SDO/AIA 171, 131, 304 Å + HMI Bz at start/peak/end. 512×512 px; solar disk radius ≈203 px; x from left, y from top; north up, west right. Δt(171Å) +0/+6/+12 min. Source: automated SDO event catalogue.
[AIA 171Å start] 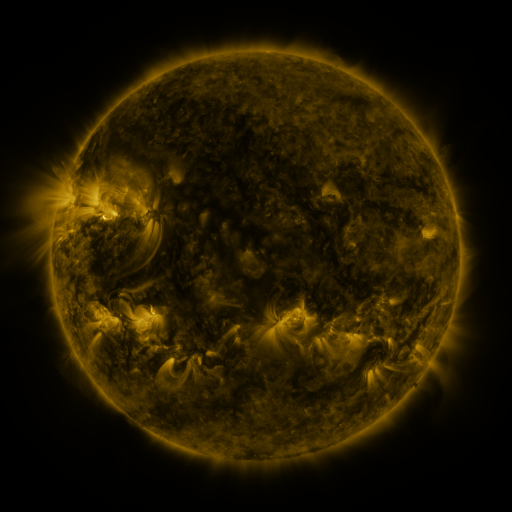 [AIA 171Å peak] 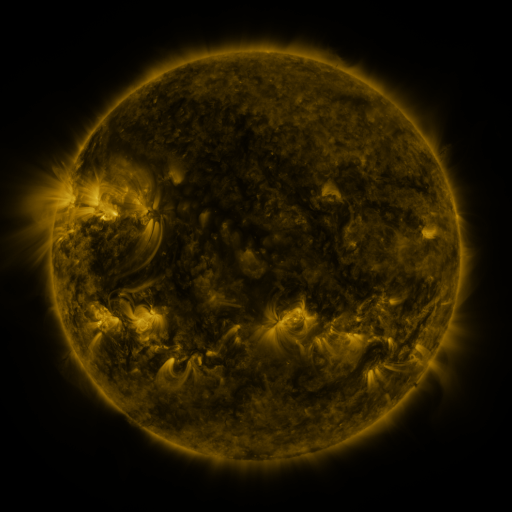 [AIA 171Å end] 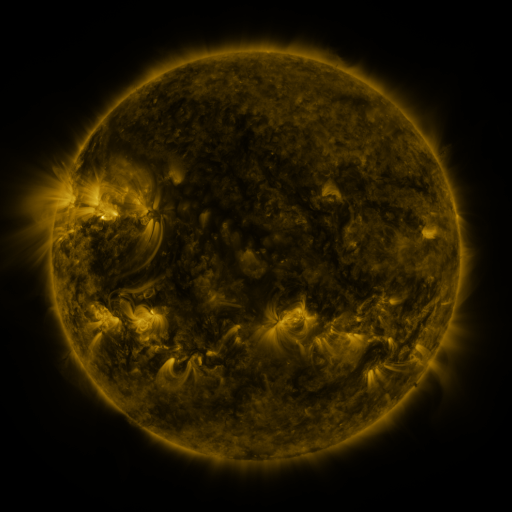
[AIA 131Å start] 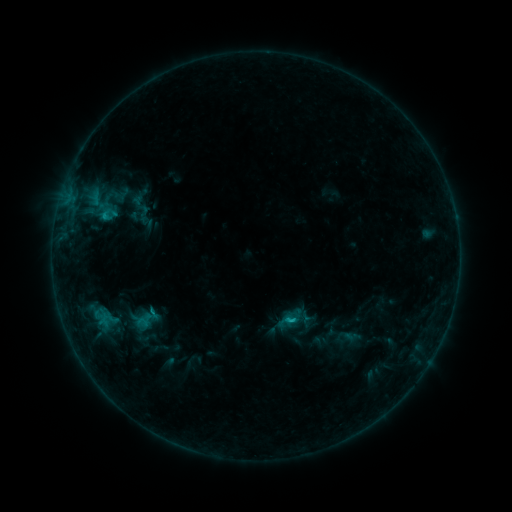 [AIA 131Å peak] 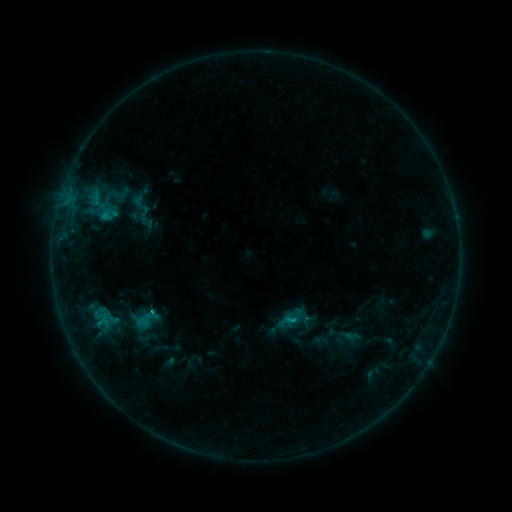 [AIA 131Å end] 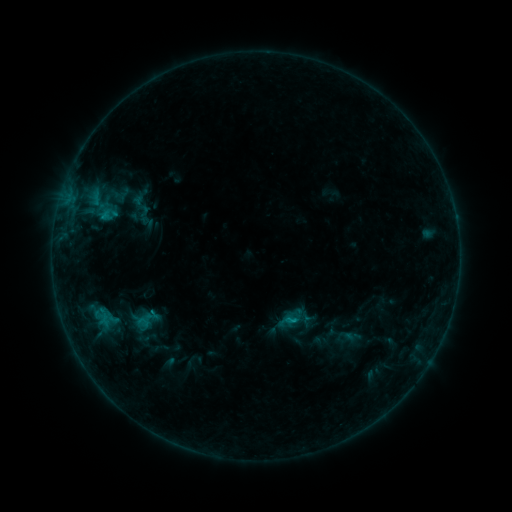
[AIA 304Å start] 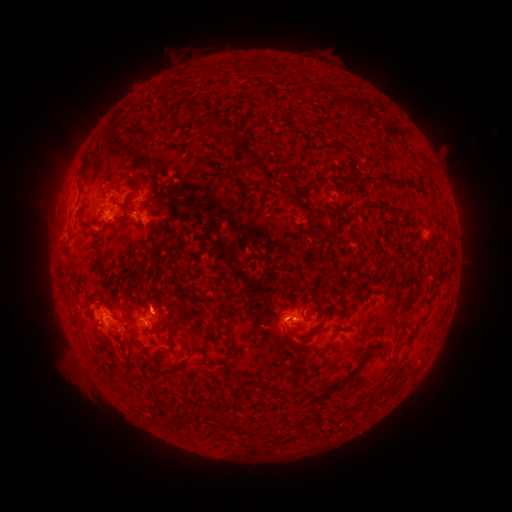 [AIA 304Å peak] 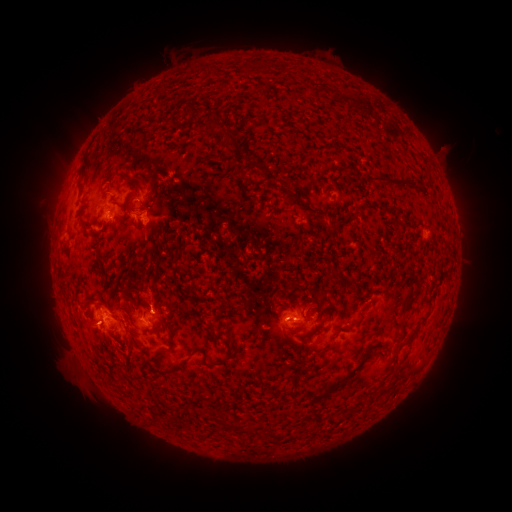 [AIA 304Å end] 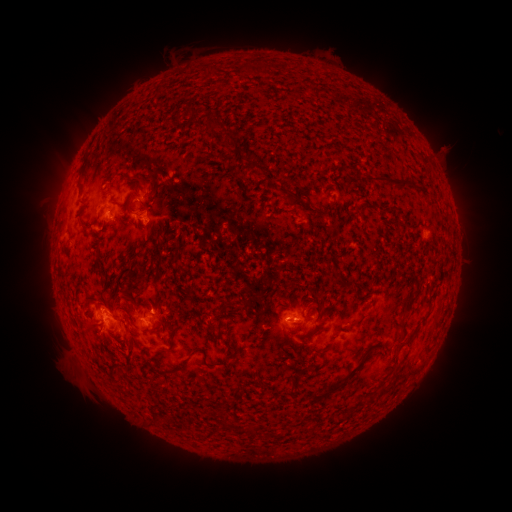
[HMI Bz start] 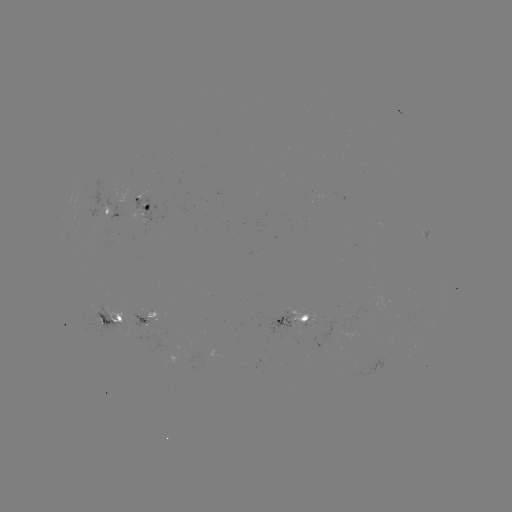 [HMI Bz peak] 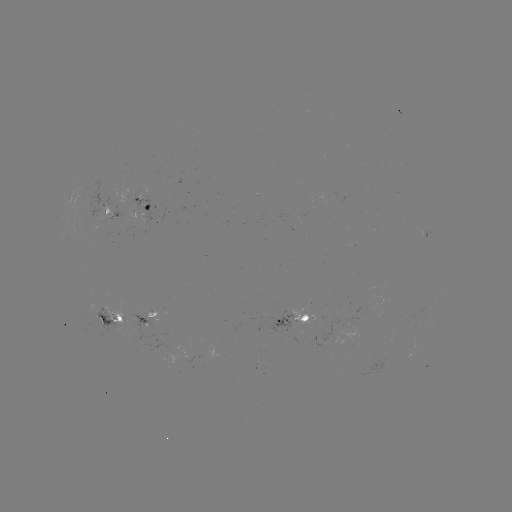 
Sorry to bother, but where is eruption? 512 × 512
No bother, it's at [149, 290].